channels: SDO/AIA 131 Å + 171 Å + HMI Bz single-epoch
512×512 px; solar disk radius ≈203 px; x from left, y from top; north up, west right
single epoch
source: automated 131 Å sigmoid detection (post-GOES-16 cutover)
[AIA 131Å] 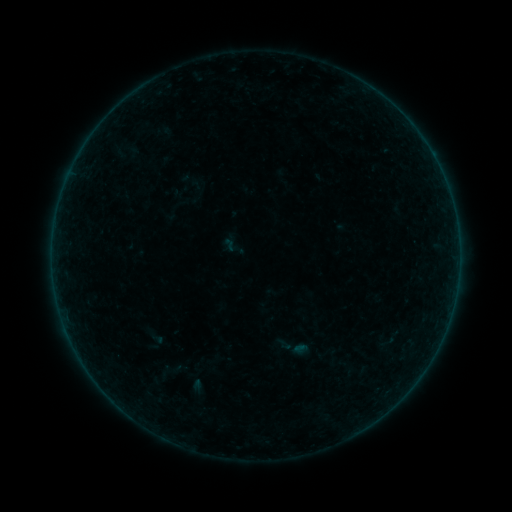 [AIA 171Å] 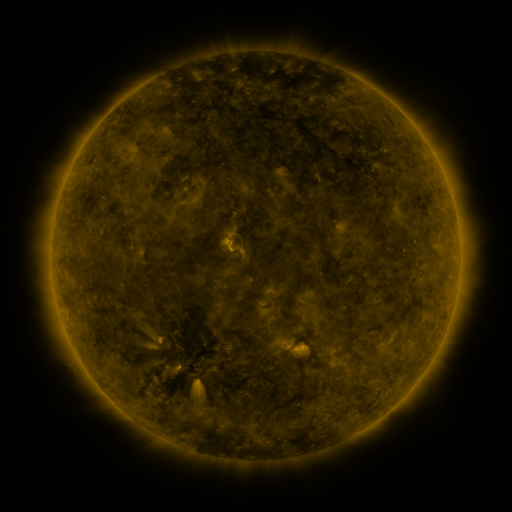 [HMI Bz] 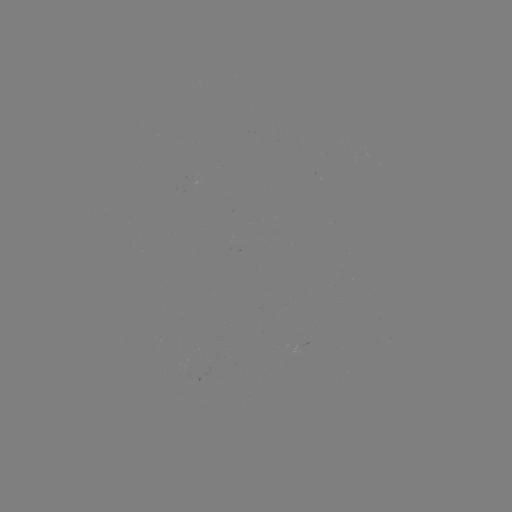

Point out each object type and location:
sigmoid: (388, 342)
sigmoid: (169, 372)
